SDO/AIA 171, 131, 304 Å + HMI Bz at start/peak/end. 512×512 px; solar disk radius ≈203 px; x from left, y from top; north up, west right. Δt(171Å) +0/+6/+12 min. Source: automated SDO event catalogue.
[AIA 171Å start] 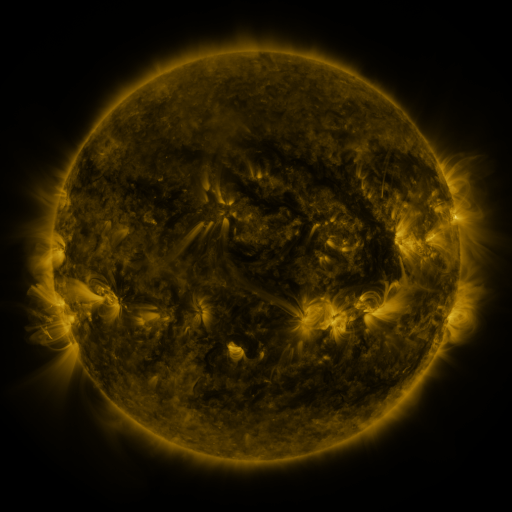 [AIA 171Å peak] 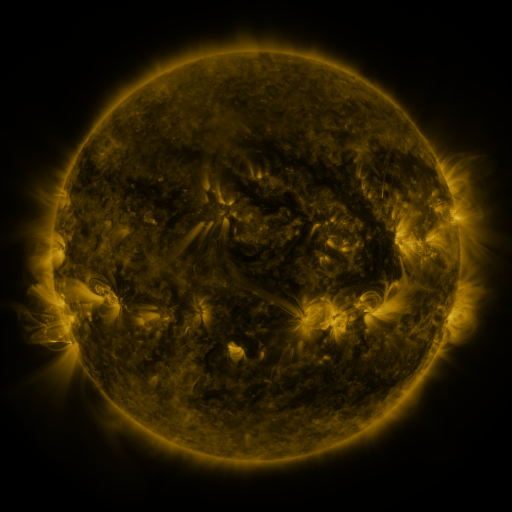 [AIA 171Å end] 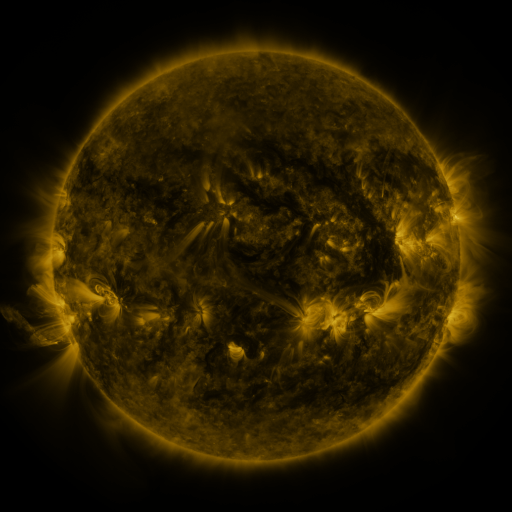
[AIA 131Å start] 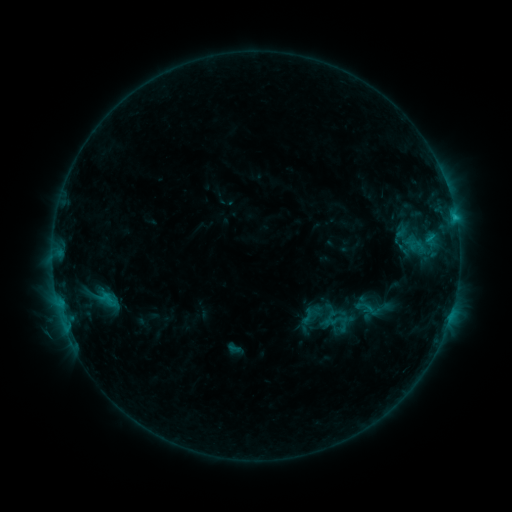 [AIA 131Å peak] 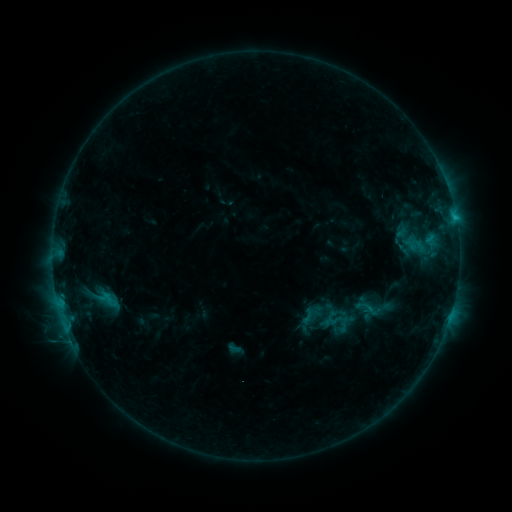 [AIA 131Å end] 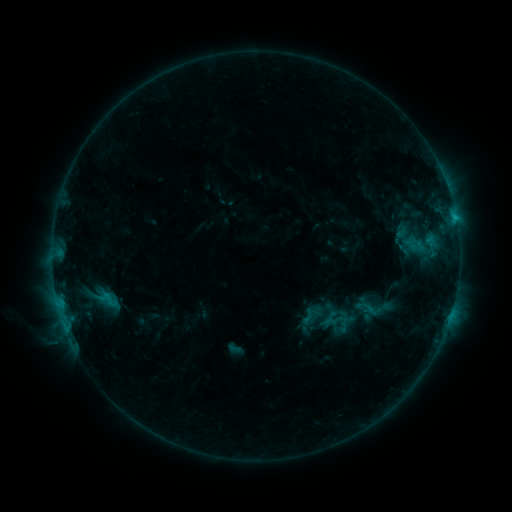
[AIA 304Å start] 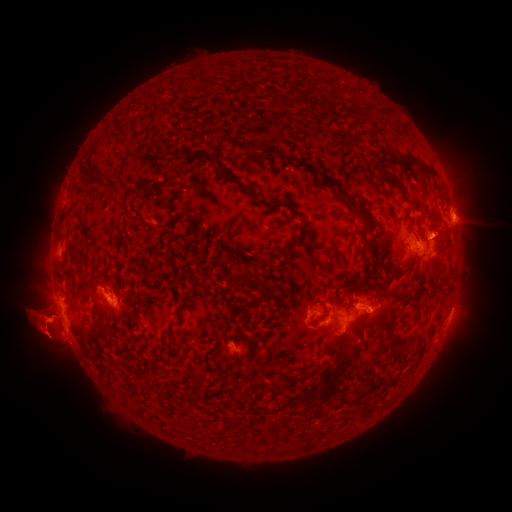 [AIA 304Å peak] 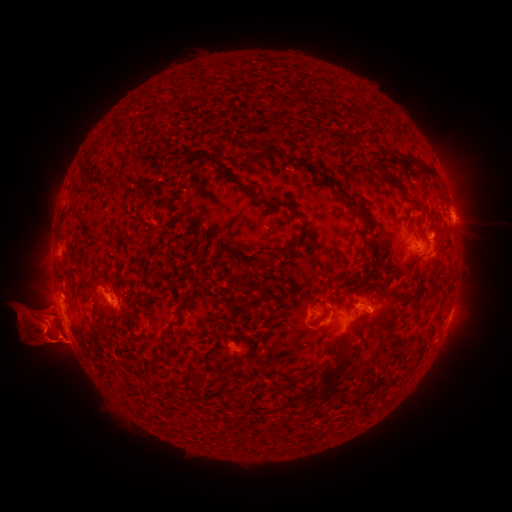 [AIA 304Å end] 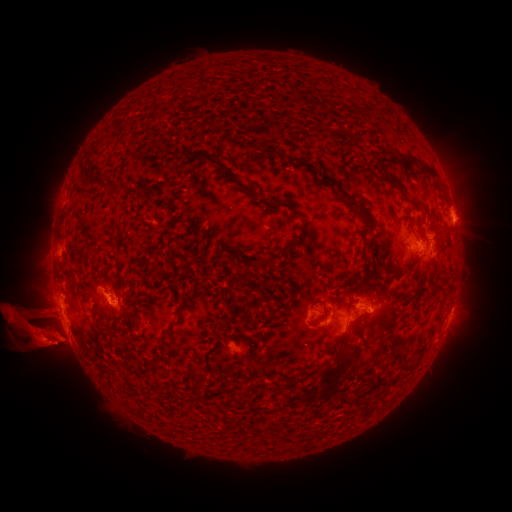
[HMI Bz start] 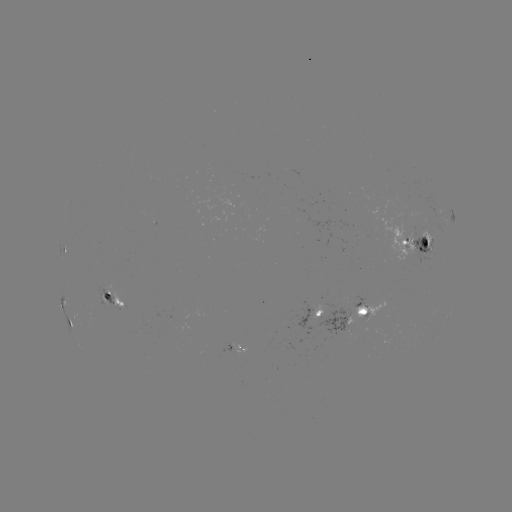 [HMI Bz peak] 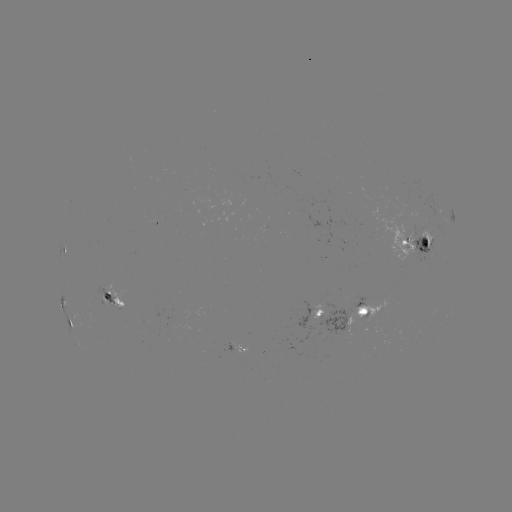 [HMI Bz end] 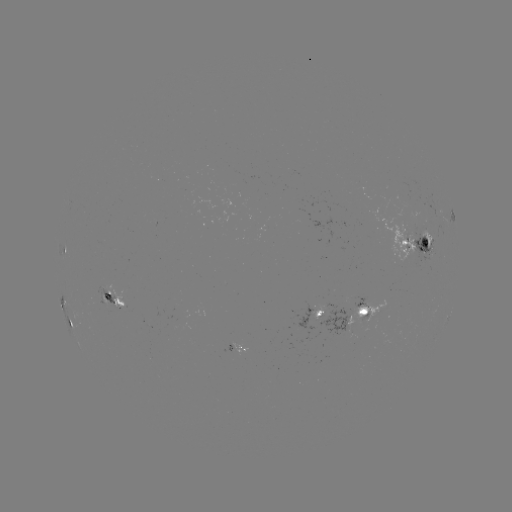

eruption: [13, 232, 57, 263]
